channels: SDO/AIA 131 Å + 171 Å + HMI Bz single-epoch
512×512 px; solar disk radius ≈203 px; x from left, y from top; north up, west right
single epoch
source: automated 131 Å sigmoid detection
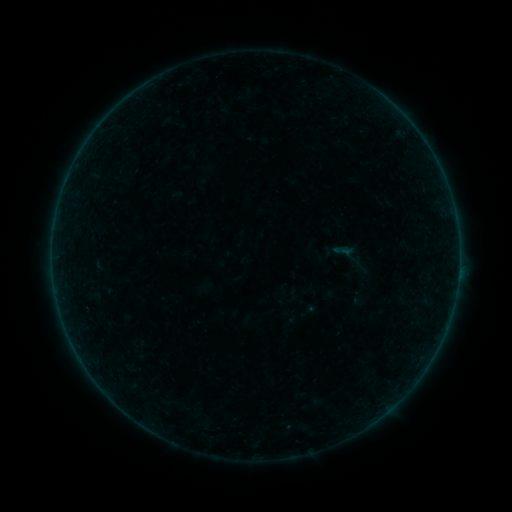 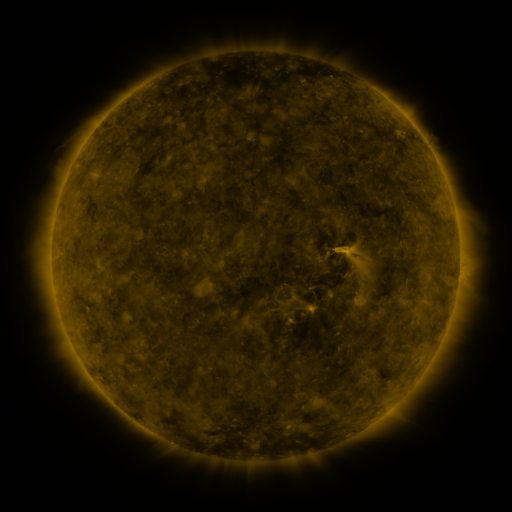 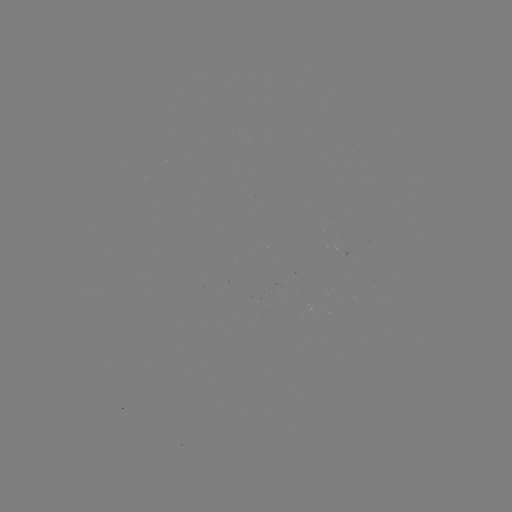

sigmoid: (299, 301, 318, 320)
